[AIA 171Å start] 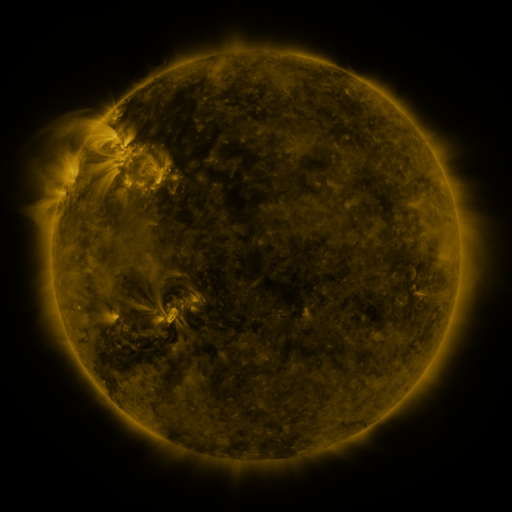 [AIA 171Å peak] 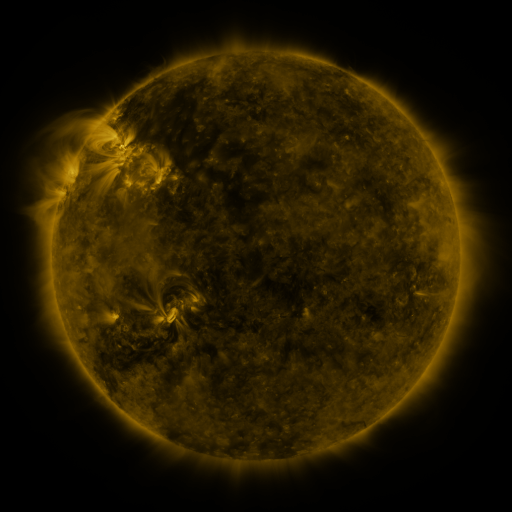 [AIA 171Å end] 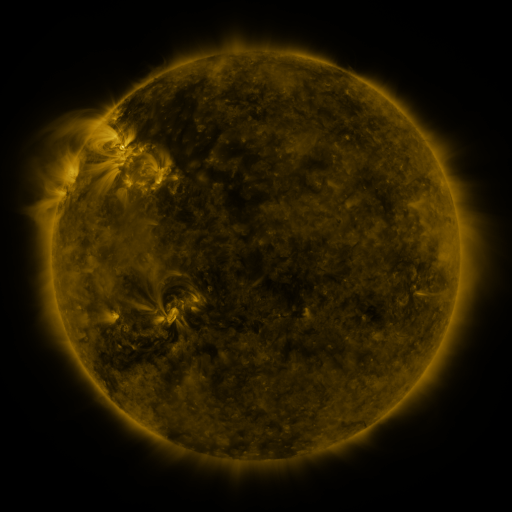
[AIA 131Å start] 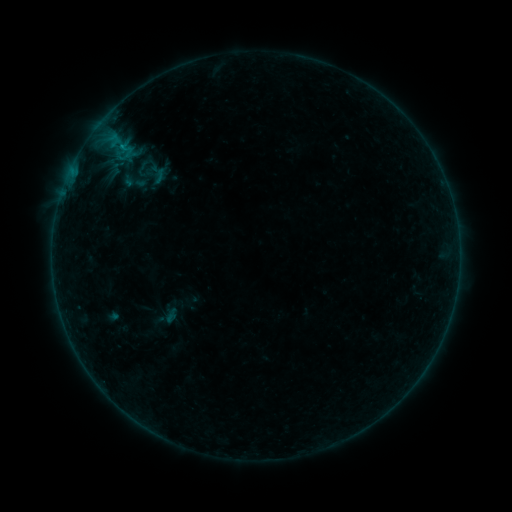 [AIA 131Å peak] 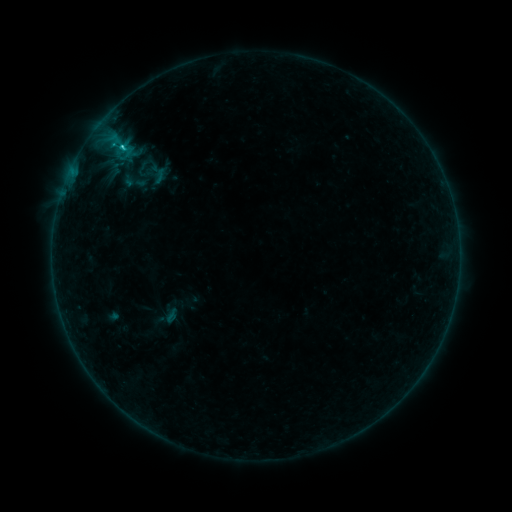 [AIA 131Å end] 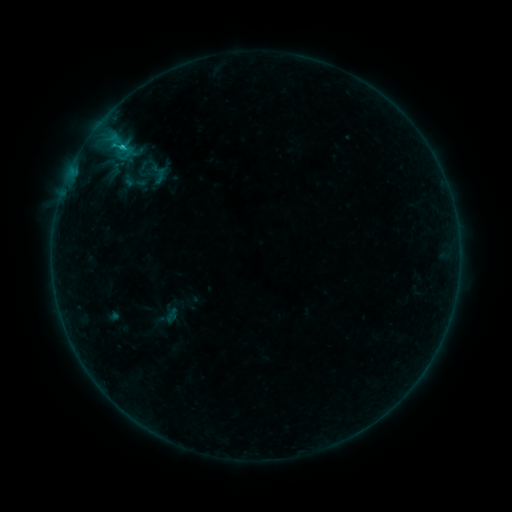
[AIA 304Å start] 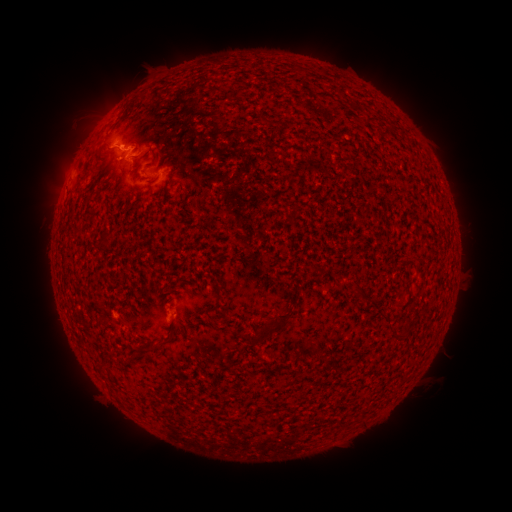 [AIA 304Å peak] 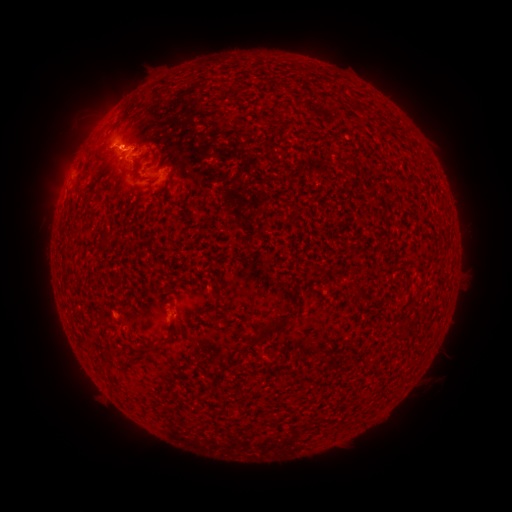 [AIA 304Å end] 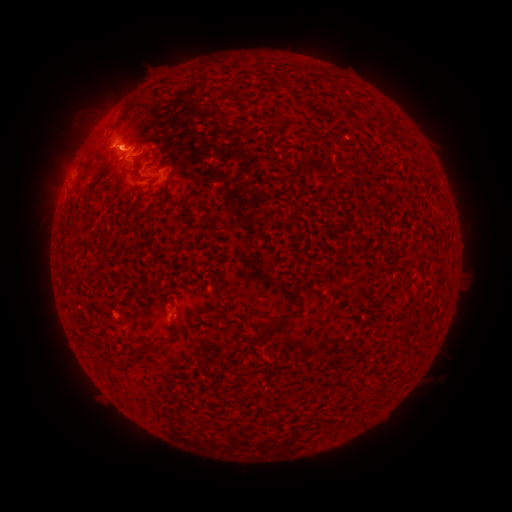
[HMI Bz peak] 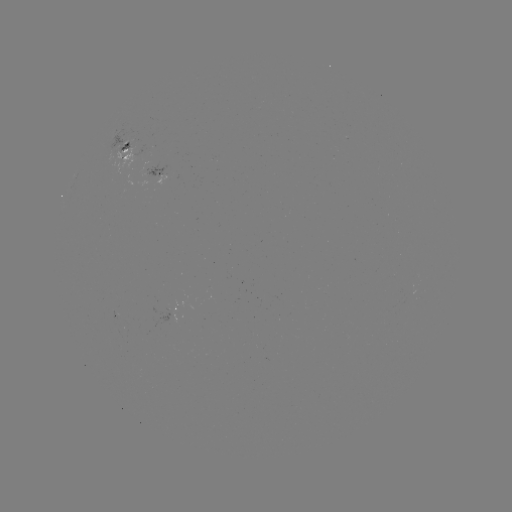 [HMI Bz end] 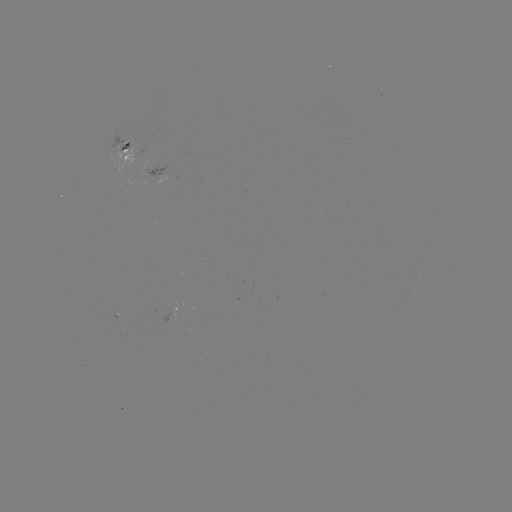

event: flare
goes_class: C1.1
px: (121, 149)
